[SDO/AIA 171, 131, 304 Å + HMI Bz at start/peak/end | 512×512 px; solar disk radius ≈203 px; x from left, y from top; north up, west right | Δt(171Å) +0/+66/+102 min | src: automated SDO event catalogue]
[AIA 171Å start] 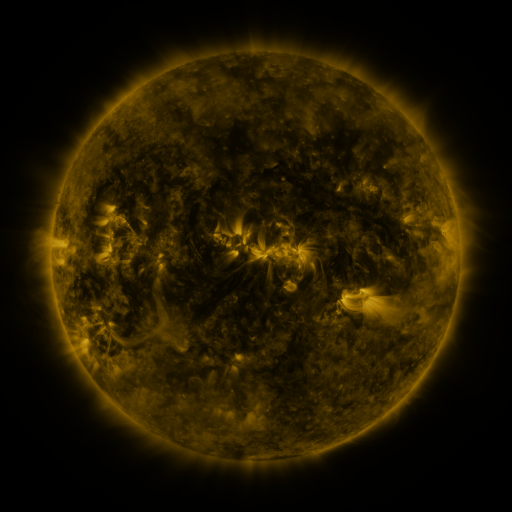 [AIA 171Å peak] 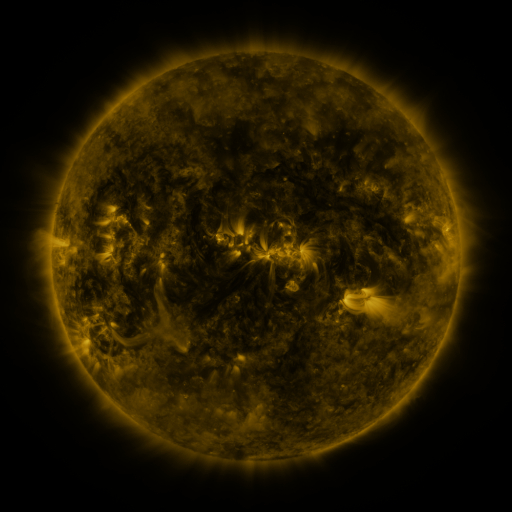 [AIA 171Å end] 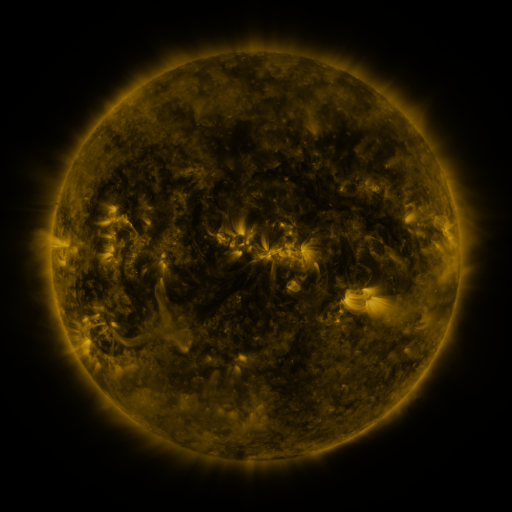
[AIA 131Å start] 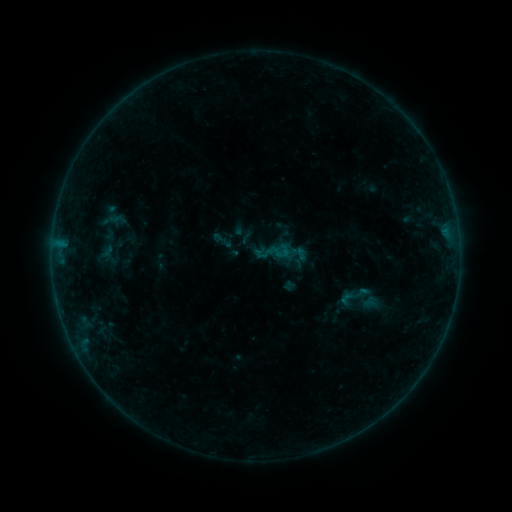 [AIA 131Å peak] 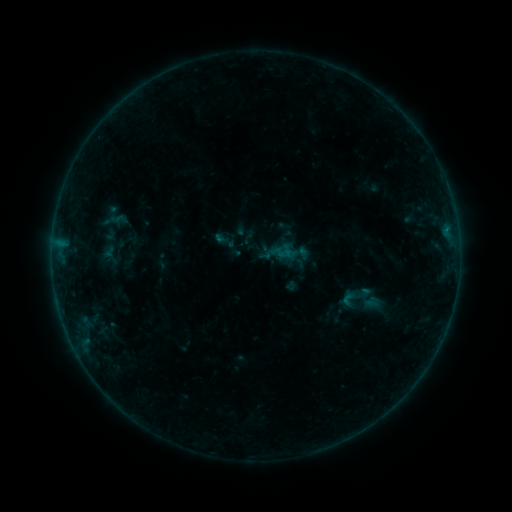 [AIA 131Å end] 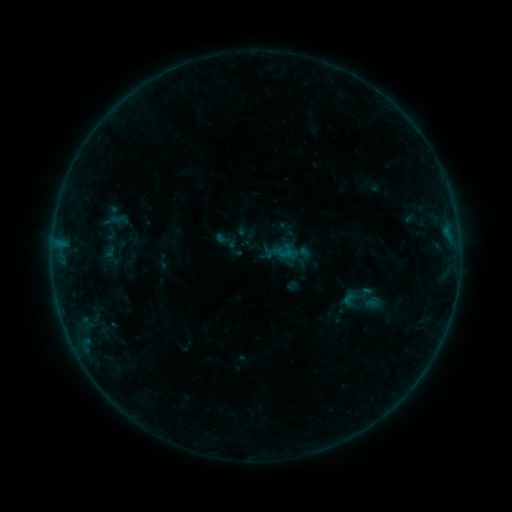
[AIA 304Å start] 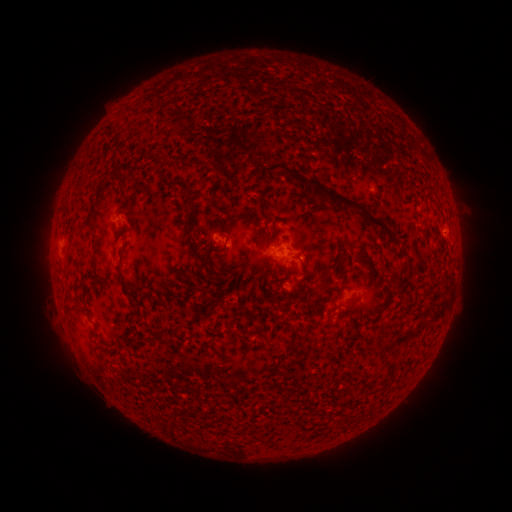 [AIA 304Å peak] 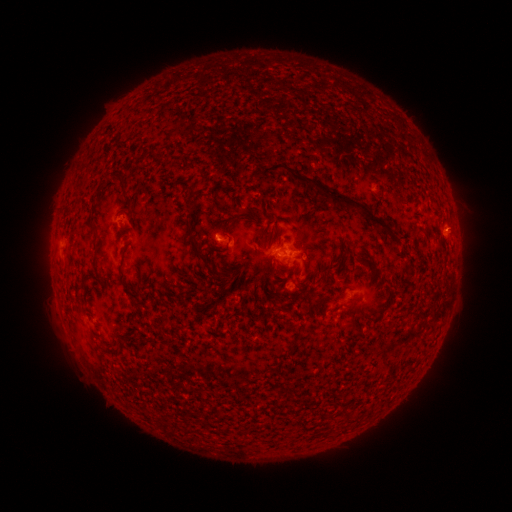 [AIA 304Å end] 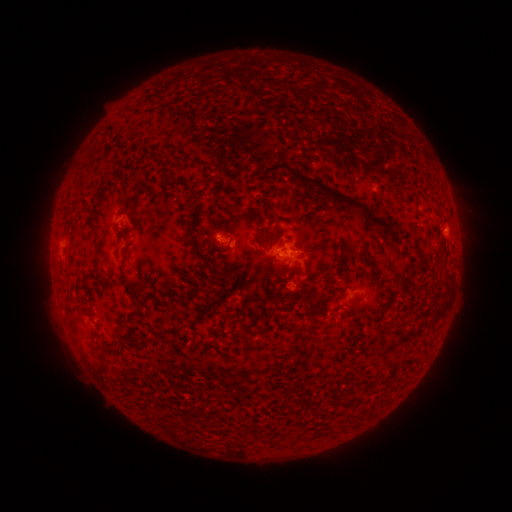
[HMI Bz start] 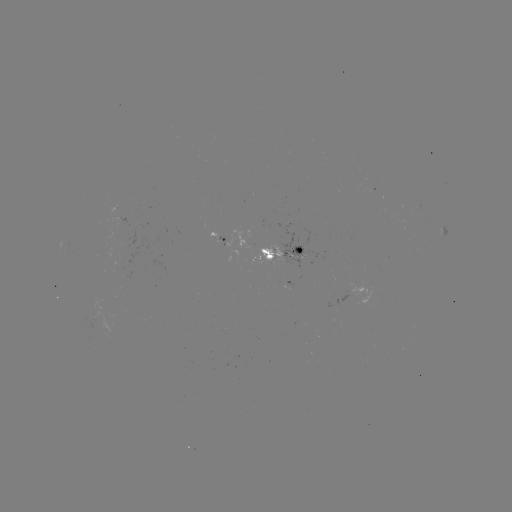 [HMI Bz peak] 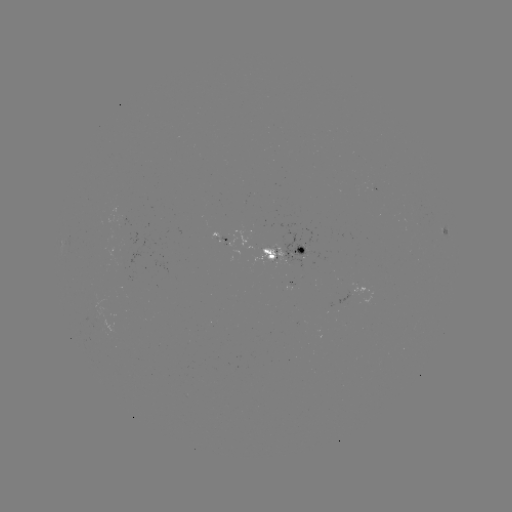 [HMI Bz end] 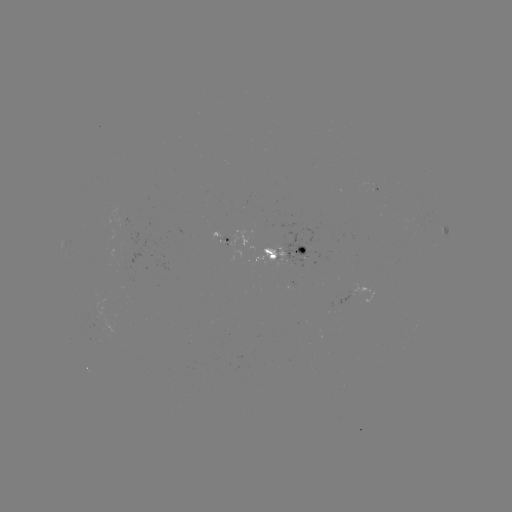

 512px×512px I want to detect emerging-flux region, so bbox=[251, 245, 284, 268].